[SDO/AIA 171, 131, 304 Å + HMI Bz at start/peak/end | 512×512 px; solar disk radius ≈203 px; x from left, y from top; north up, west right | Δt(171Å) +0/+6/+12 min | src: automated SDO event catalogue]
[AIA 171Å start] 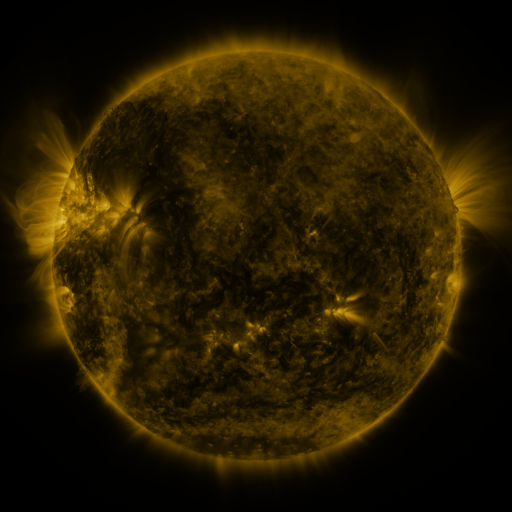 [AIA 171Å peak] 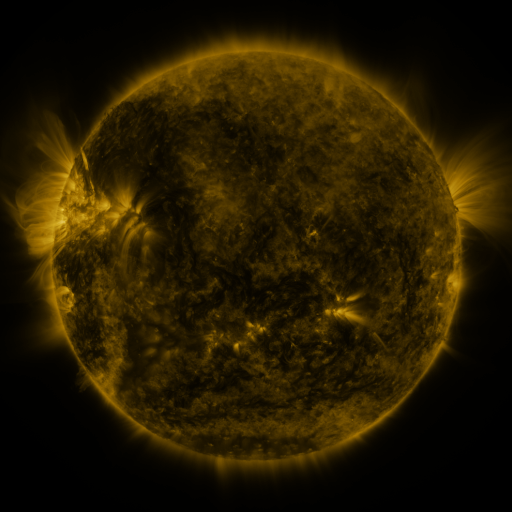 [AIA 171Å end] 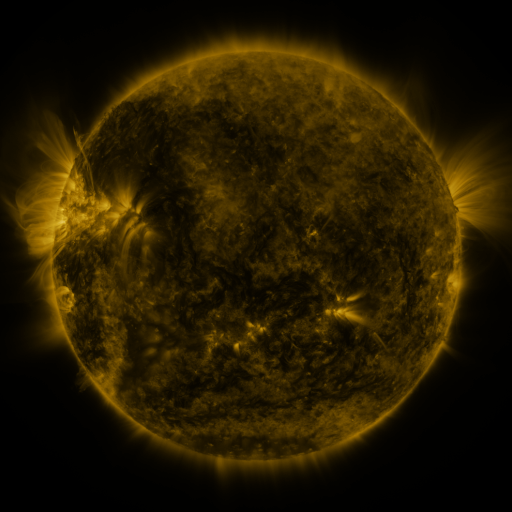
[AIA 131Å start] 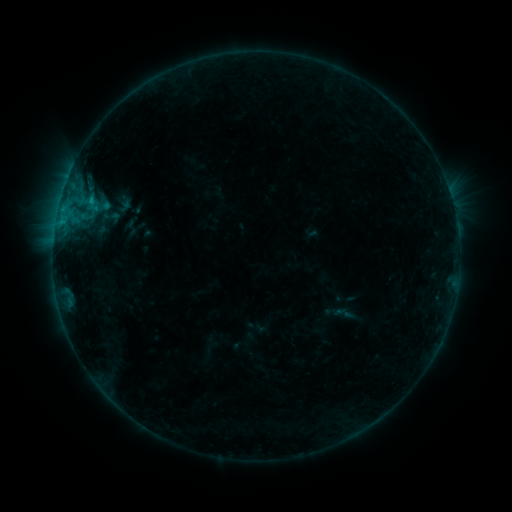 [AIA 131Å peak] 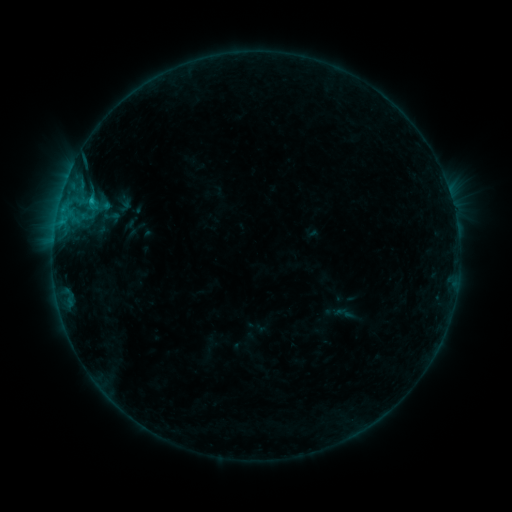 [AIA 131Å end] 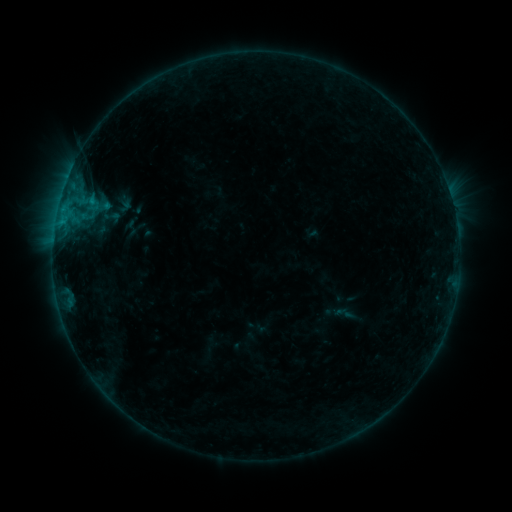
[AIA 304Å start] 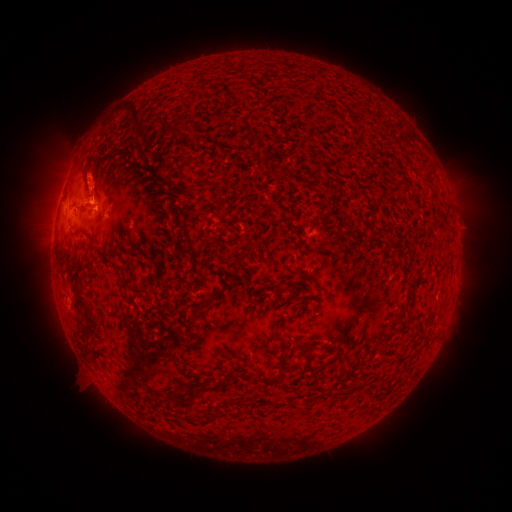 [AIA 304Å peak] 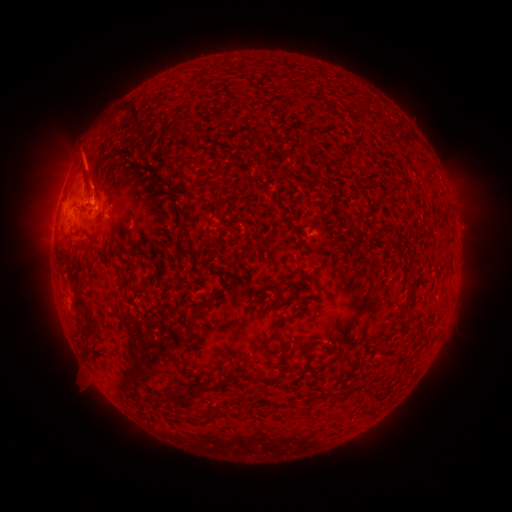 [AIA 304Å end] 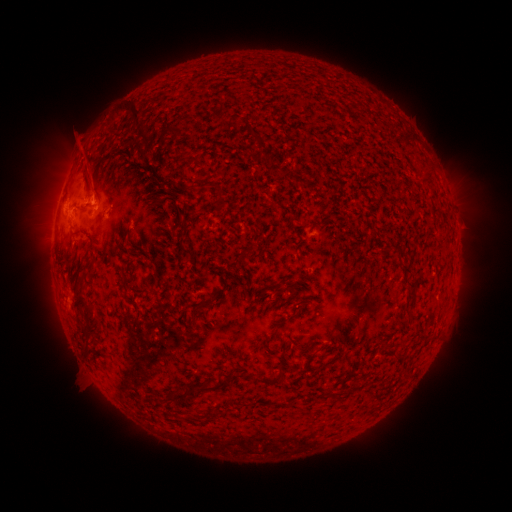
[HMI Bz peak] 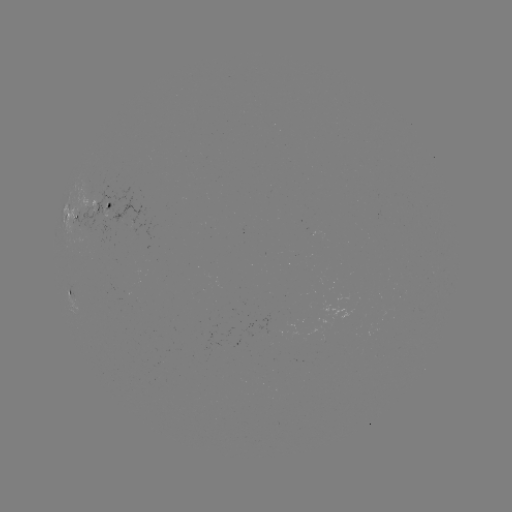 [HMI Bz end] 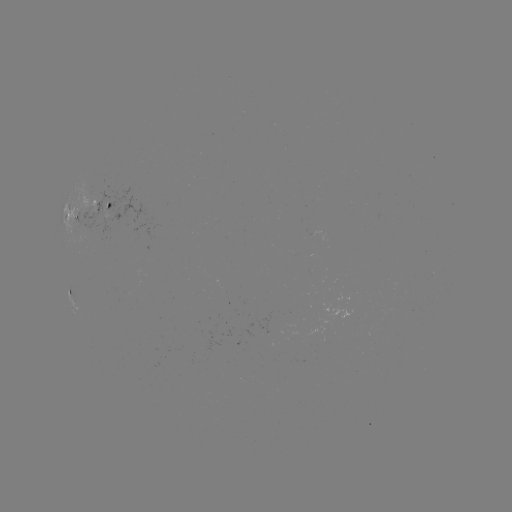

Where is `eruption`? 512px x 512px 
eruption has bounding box [61, 139, 119, 201].